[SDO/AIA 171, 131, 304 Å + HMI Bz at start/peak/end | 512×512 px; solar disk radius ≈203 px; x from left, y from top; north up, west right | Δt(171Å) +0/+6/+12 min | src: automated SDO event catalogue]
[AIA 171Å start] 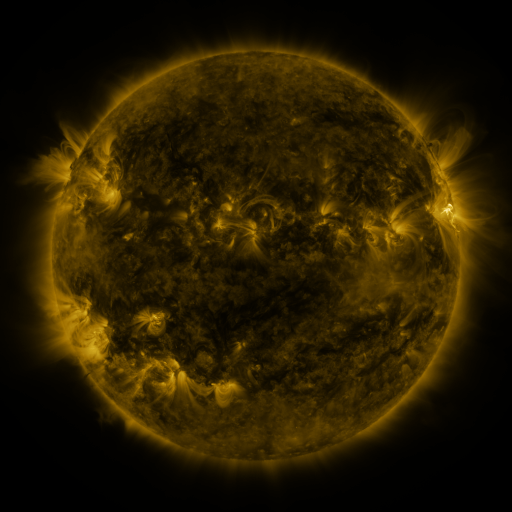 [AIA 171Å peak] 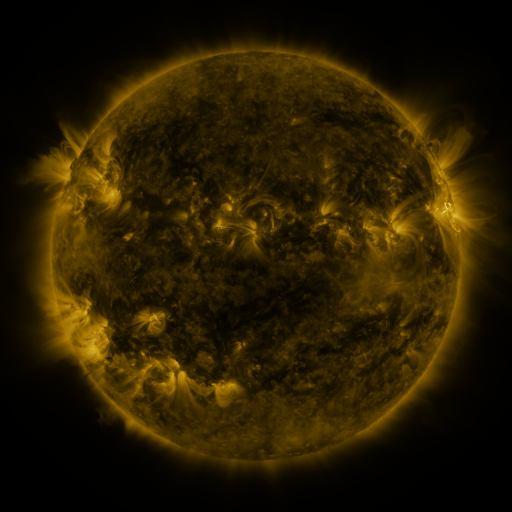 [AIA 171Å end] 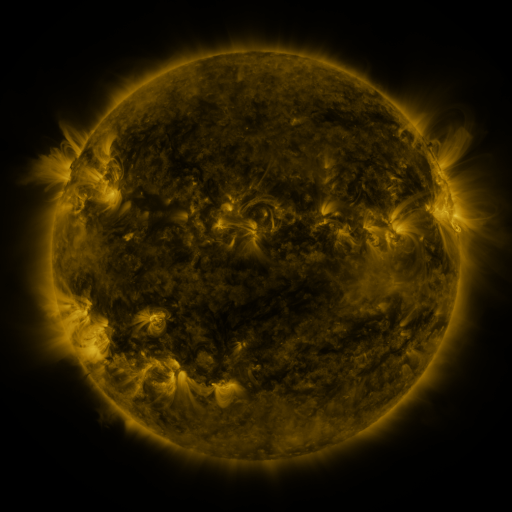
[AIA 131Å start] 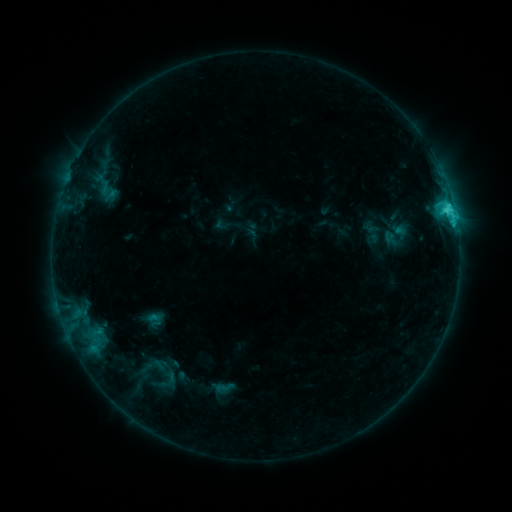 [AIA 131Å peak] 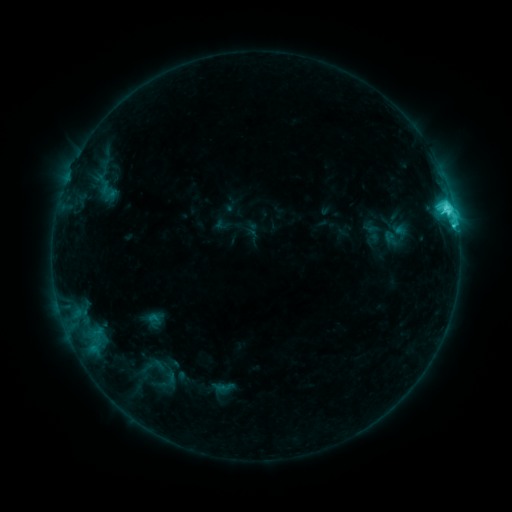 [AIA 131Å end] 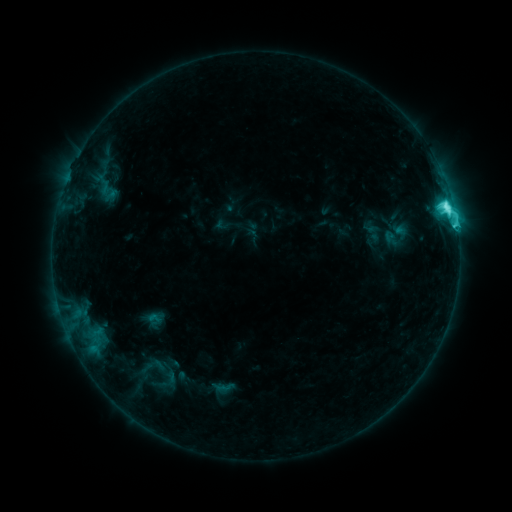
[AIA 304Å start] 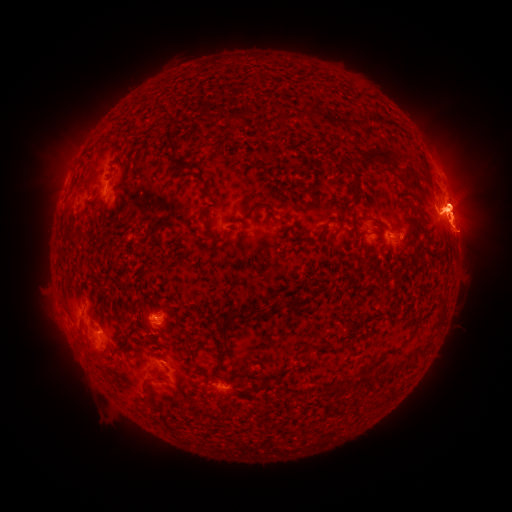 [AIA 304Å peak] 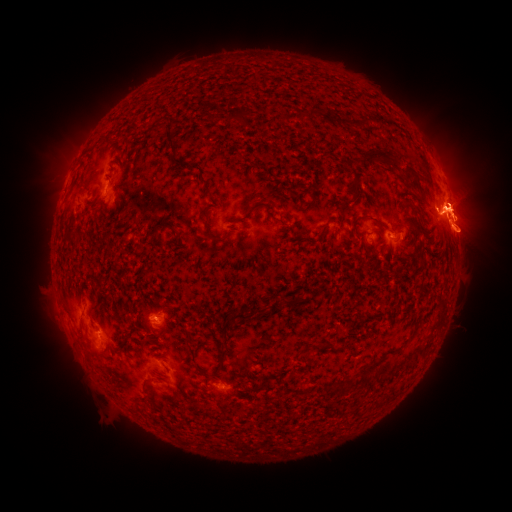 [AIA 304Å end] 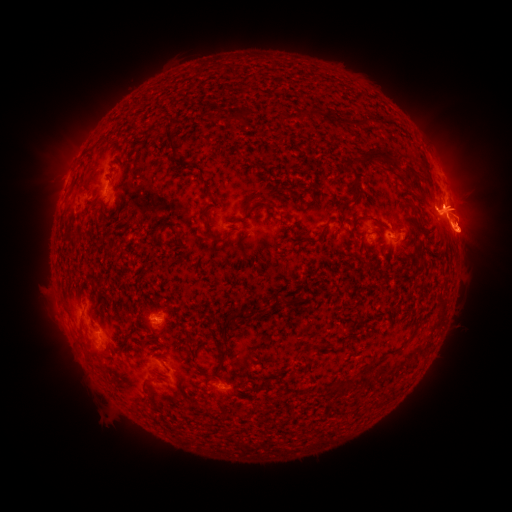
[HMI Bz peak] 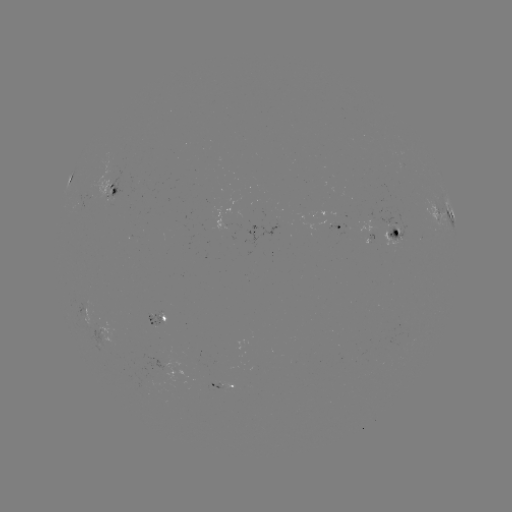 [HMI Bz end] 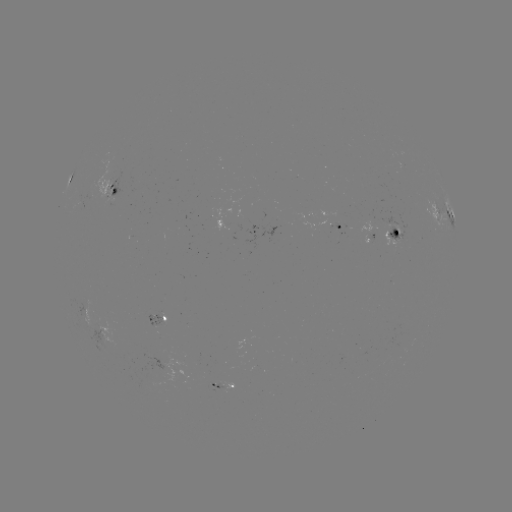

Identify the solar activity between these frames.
eruption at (452, 109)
